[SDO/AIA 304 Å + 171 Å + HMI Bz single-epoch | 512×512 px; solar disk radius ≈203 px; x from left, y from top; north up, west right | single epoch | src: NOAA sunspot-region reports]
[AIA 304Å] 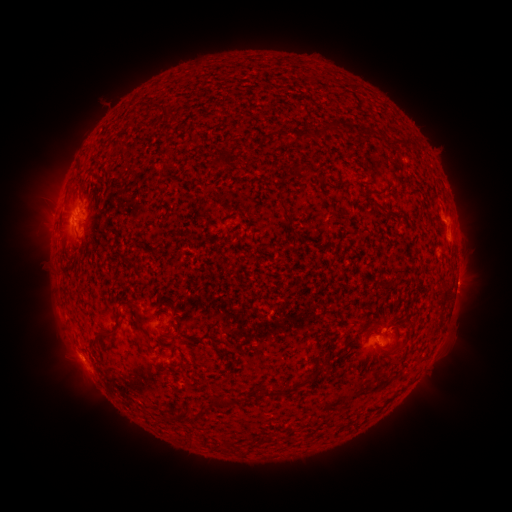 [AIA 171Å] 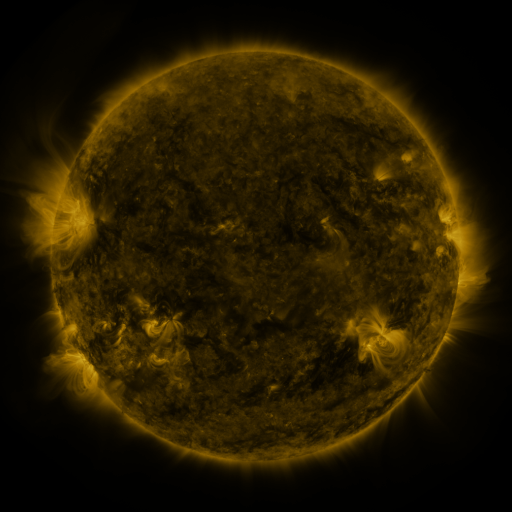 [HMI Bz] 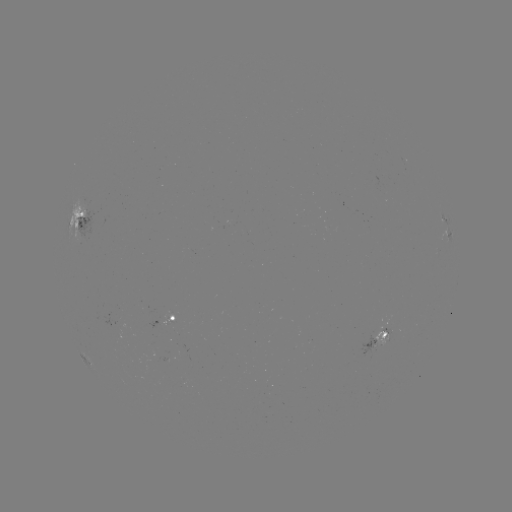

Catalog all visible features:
spotted active region: (82, 220)
spotted active region: (448, 234)
spotted active region: (456, 286)
spotted active region: (174, 317)
spotted active region: (382, 337)
